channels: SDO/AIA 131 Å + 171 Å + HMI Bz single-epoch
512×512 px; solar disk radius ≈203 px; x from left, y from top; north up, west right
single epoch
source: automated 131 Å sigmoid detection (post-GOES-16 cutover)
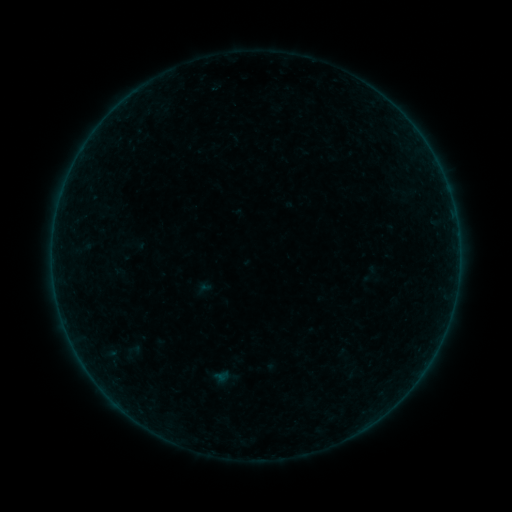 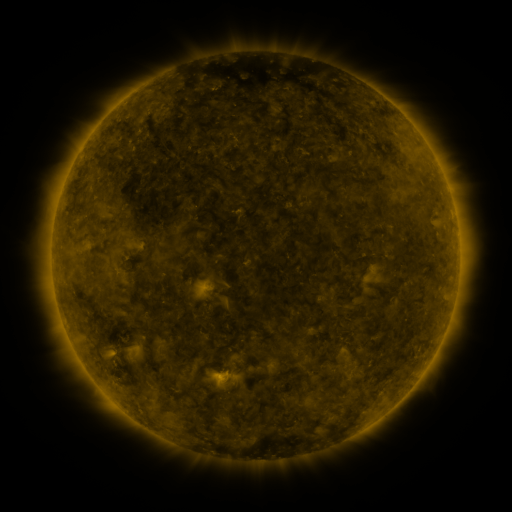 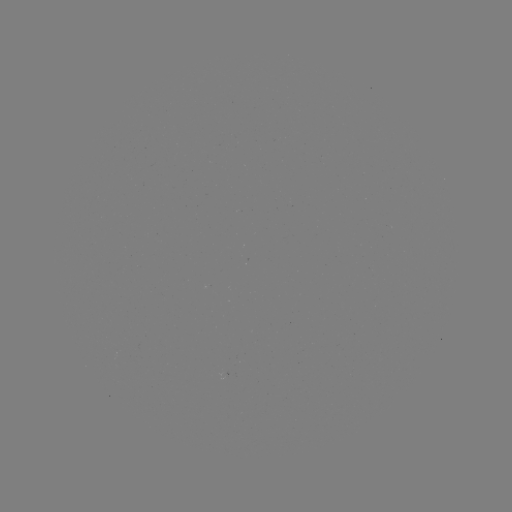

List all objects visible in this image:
sigmoid: [113, 339, 146, 363]
